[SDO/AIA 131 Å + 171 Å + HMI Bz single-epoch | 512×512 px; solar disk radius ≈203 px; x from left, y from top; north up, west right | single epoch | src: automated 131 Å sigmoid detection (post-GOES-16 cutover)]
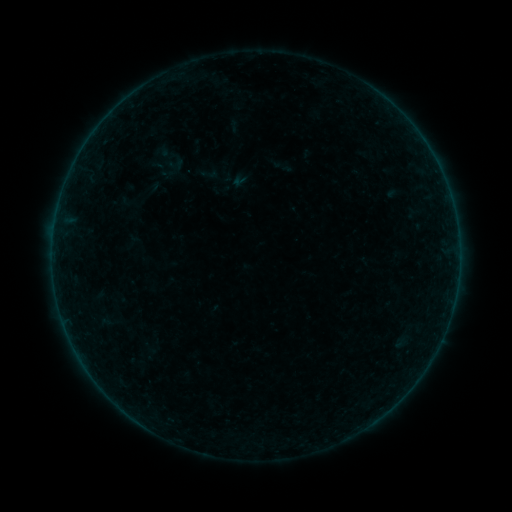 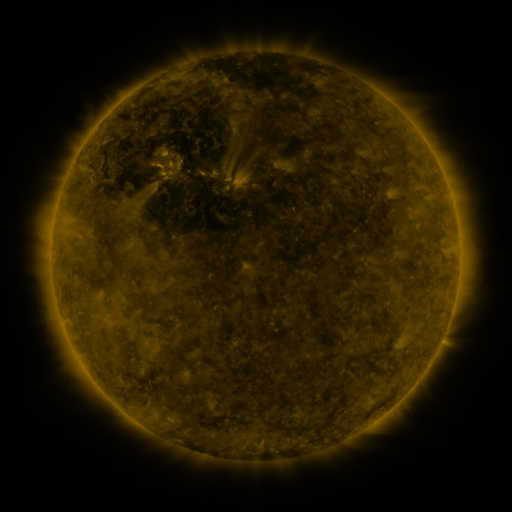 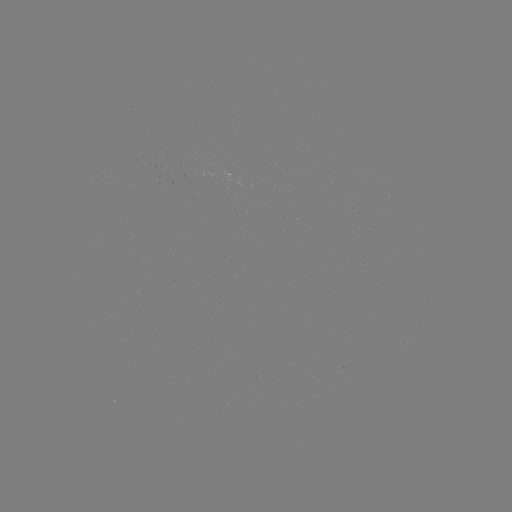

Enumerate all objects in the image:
sigmoid: (152, 138, 188, 178)
sigmoid: (200, 165, 217, 183)
